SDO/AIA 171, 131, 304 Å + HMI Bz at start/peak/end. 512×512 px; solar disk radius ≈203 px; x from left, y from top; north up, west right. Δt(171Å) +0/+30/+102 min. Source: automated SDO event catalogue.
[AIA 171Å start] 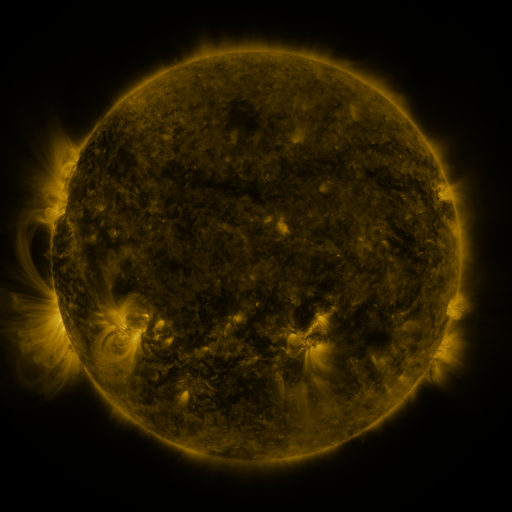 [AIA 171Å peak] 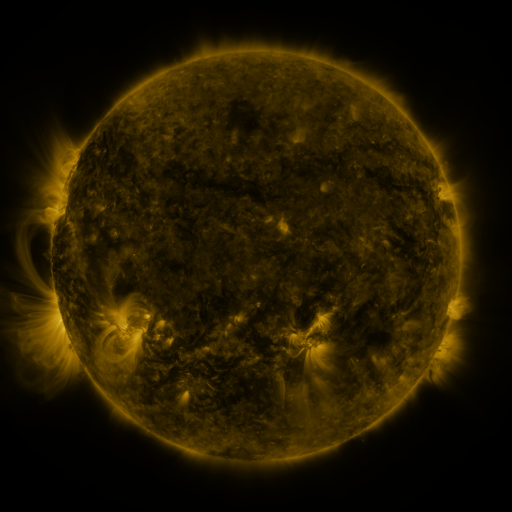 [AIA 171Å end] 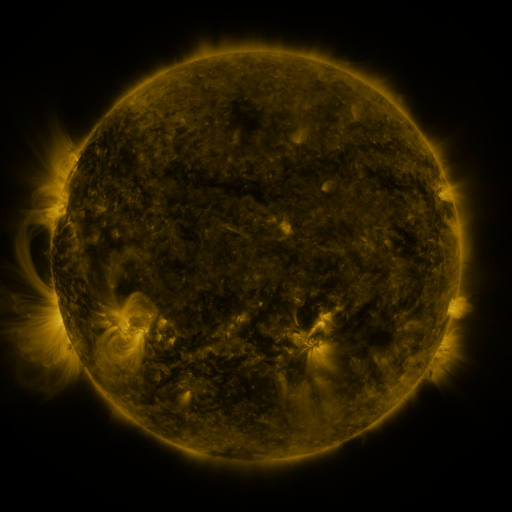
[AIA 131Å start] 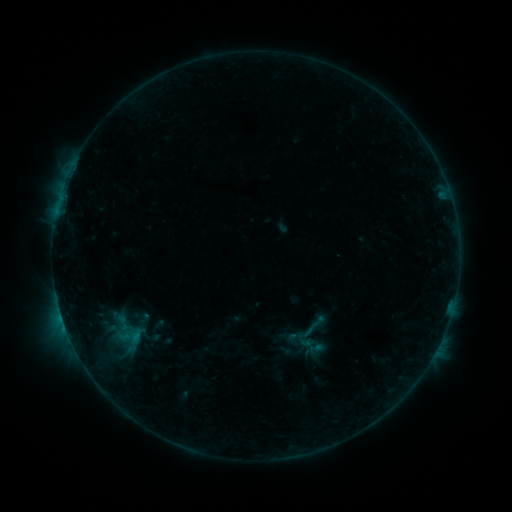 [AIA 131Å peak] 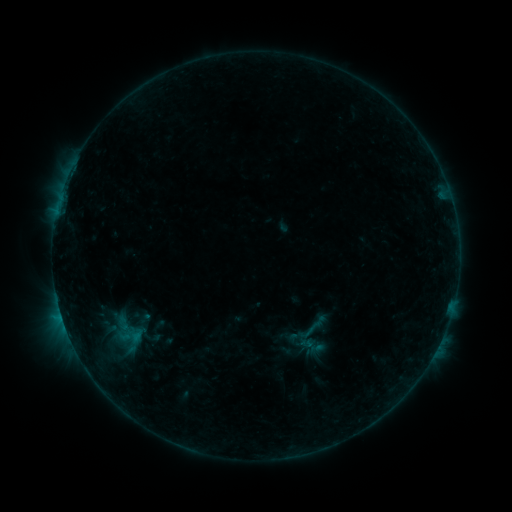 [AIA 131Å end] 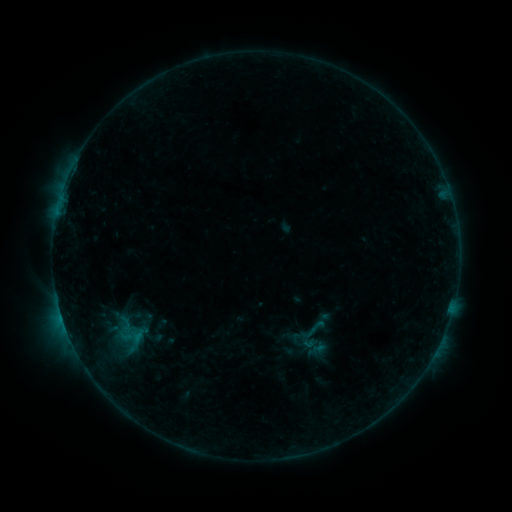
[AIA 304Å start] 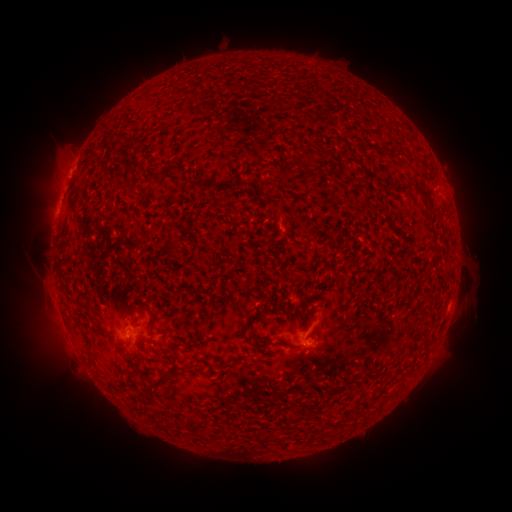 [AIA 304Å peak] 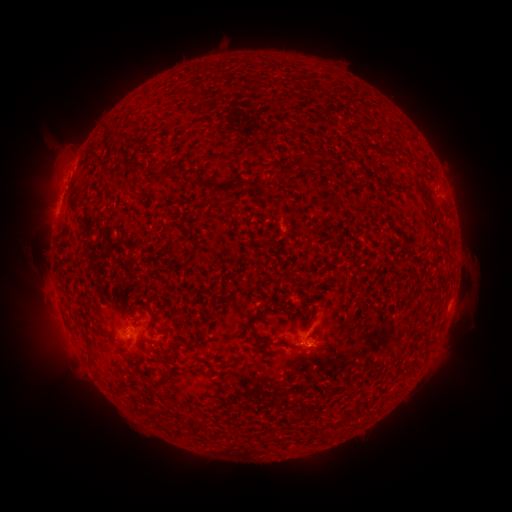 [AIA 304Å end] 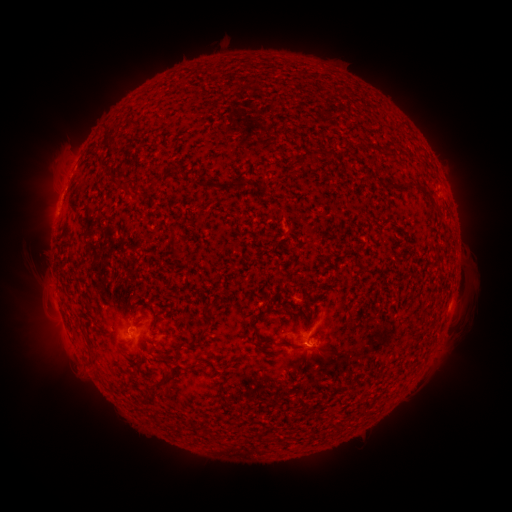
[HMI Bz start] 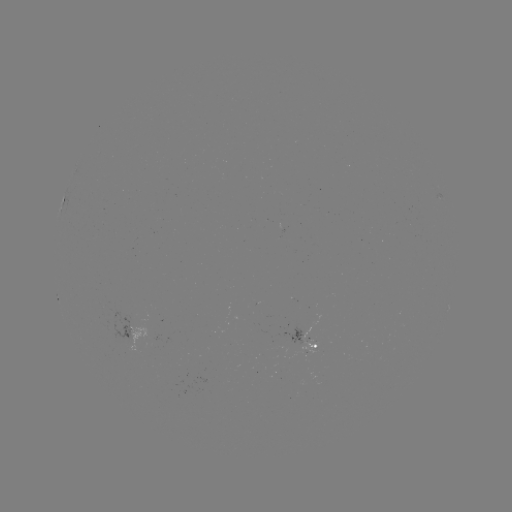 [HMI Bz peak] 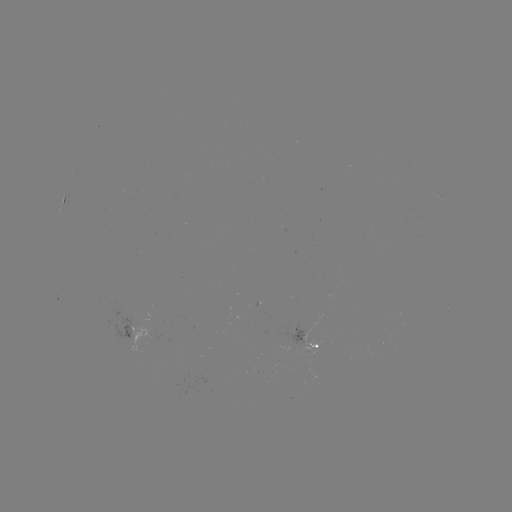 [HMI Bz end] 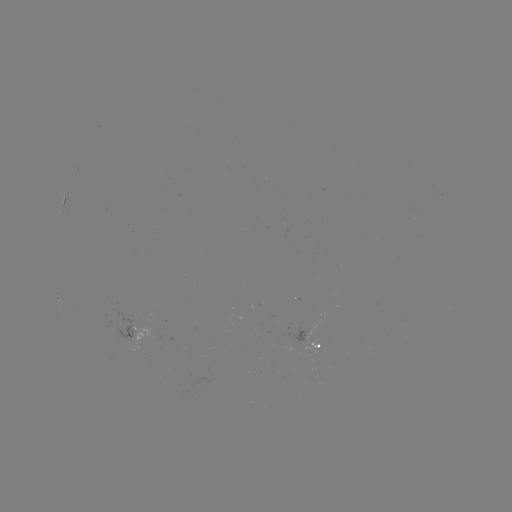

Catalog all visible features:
B4.3 flare: (60, 312)
